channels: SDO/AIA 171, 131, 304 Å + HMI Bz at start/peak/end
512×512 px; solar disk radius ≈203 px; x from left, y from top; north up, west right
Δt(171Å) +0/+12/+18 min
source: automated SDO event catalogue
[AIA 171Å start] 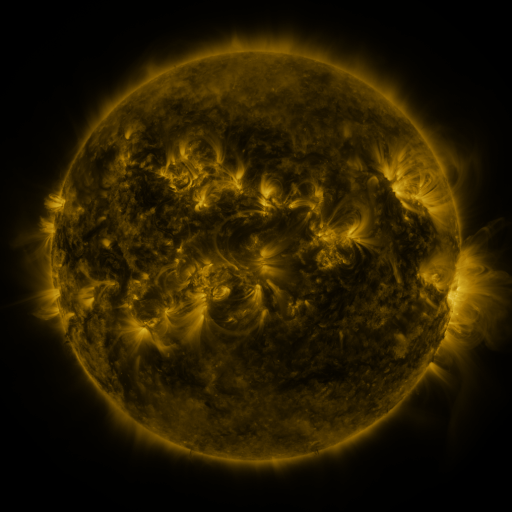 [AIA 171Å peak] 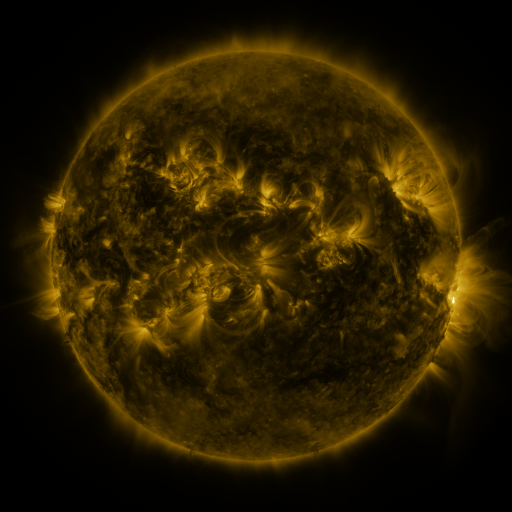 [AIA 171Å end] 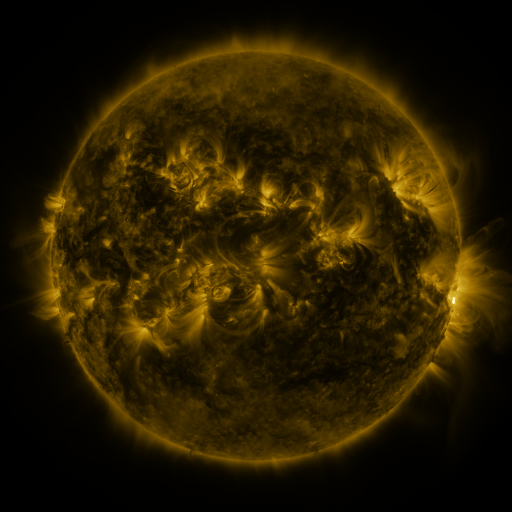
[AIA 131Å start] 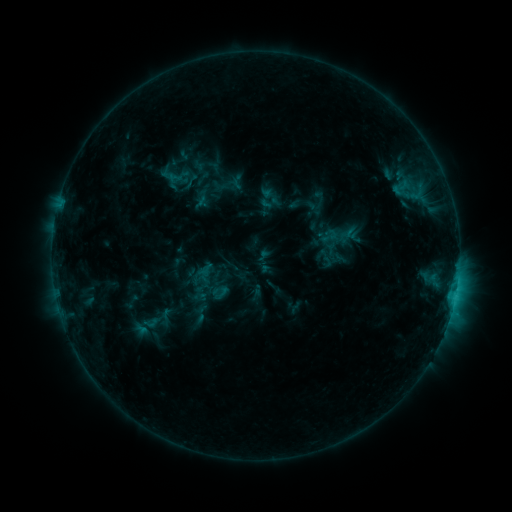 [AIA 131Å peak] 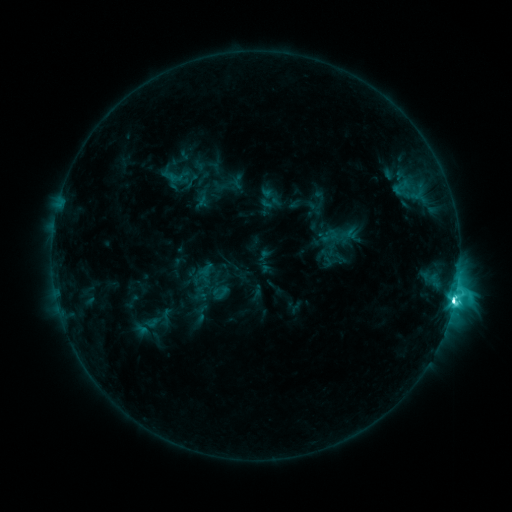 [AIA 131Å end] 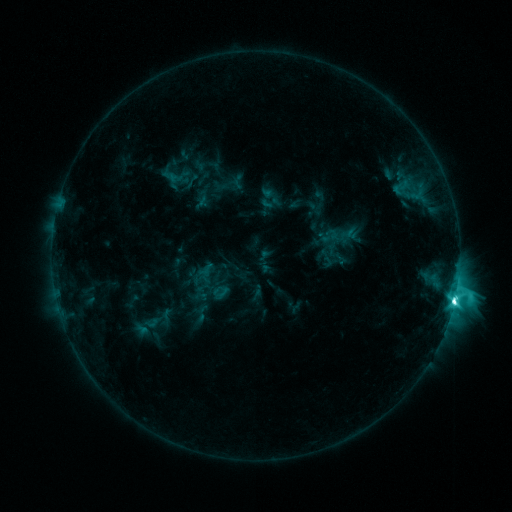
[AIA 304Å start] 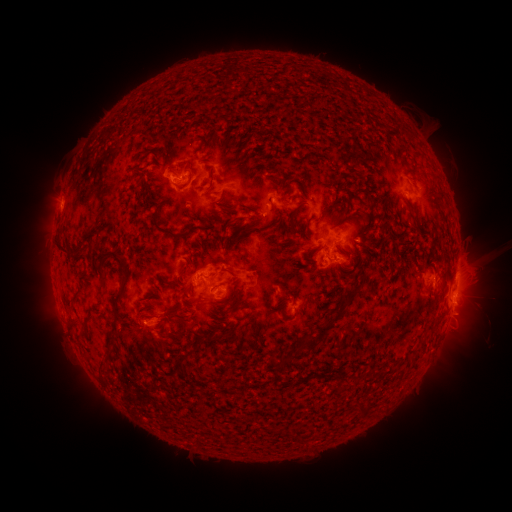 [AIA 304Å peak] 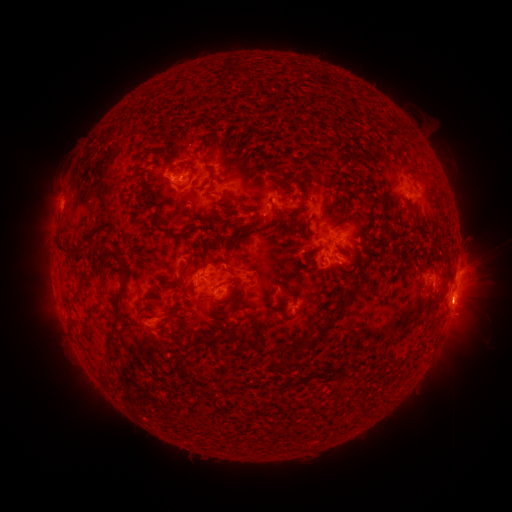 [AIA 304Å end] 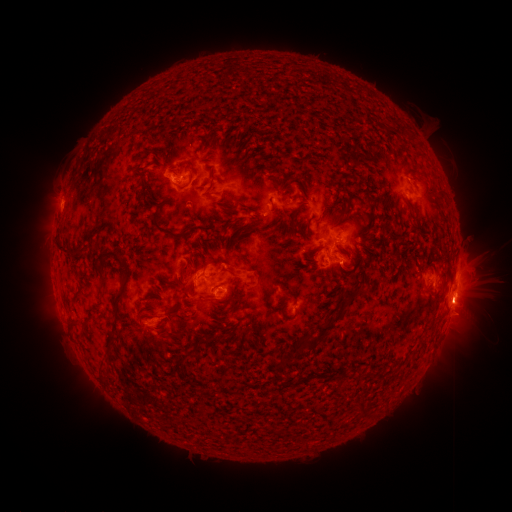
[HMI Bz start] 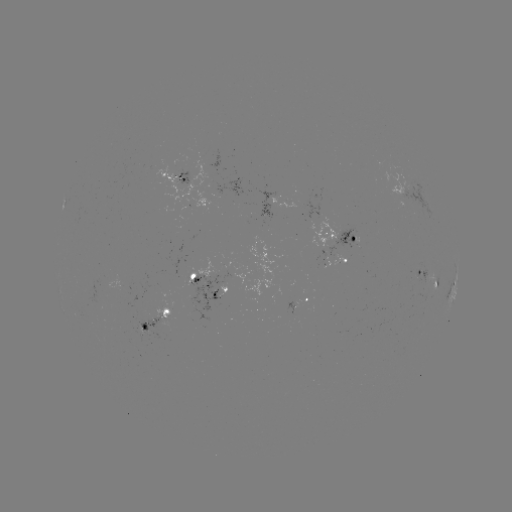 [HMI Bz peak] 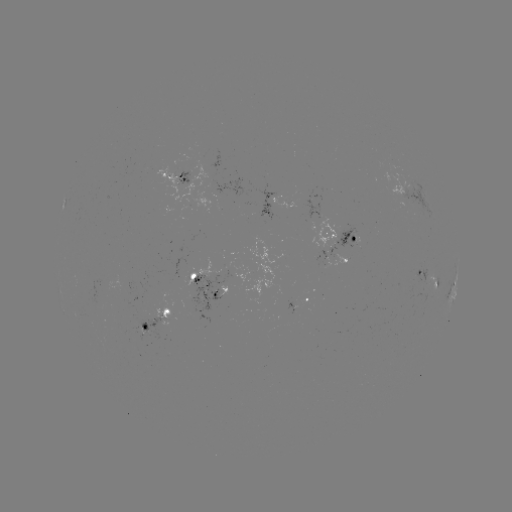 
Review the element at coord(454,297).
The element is M1.1 flare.